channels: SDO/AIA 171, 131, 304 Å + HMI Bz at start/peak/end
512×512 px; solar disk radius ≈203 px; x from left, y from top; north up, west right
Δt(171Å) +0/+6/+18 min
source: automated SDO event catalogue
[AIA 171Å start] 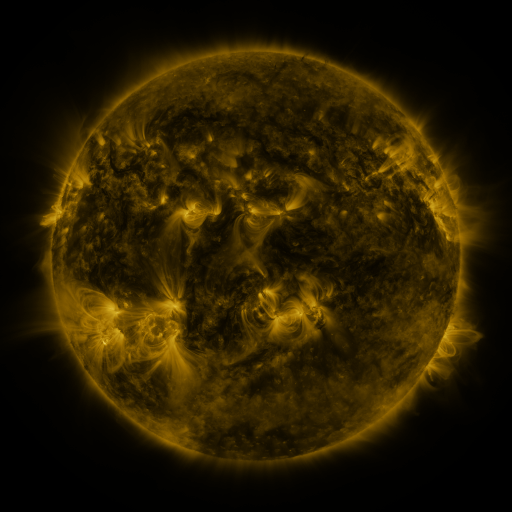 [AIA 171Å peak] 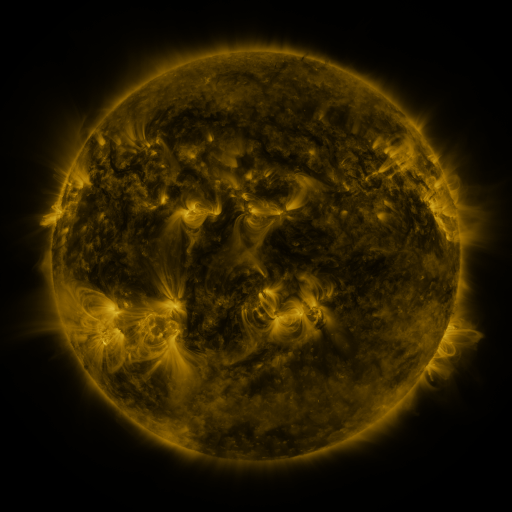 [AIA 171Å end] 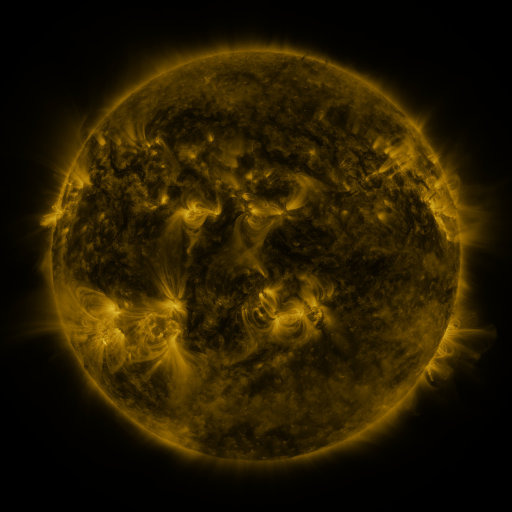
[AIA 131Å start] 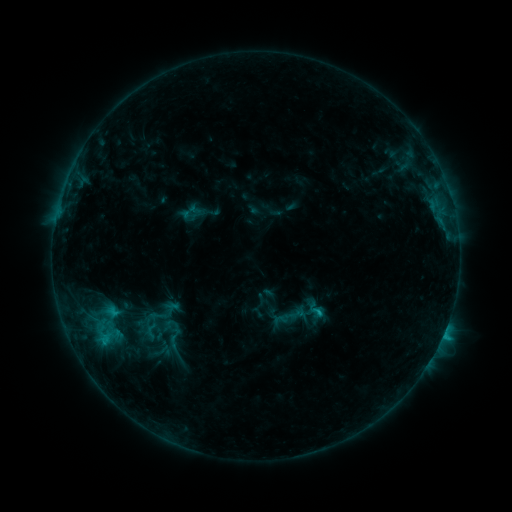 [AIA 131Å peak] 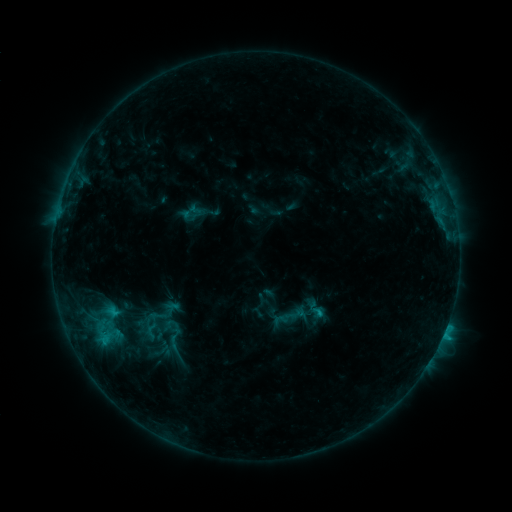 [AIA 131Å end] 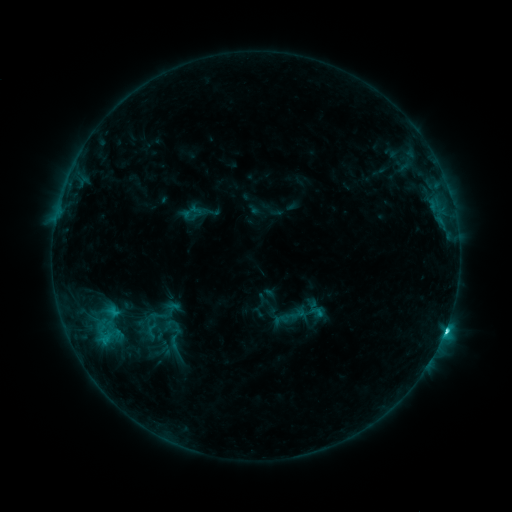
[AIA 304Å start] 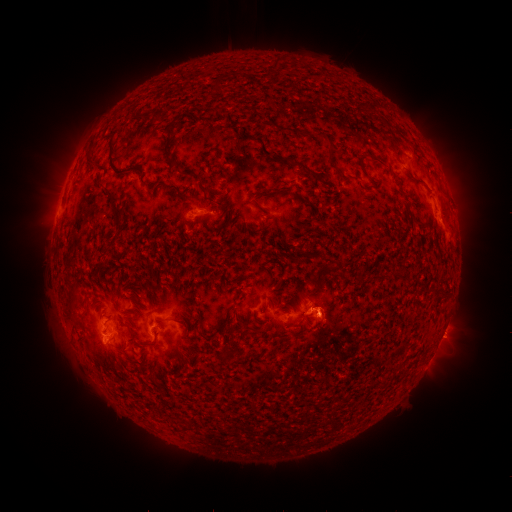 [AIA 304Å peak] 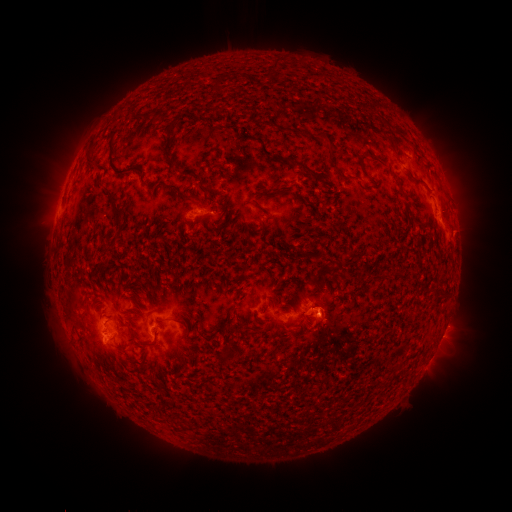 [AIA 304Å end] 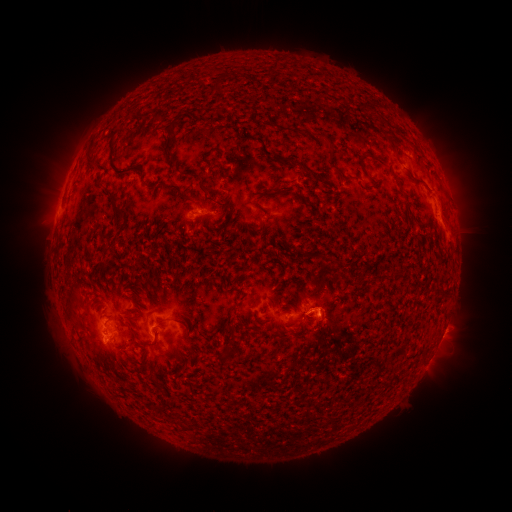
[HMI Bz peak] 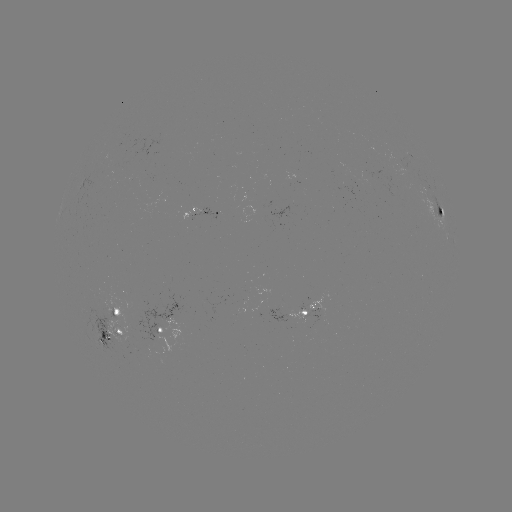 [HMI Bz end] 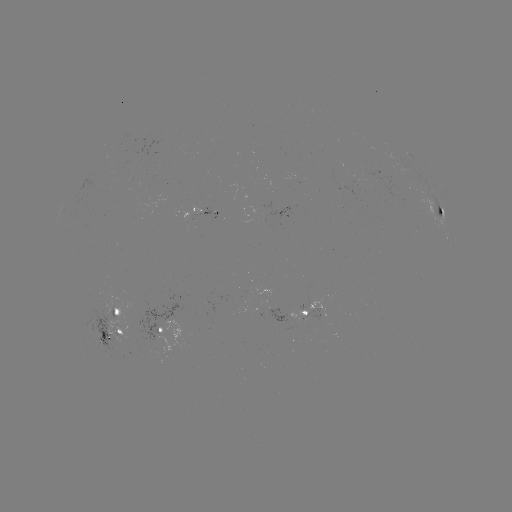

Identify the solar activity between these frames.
C4.4 flare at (444, 331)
